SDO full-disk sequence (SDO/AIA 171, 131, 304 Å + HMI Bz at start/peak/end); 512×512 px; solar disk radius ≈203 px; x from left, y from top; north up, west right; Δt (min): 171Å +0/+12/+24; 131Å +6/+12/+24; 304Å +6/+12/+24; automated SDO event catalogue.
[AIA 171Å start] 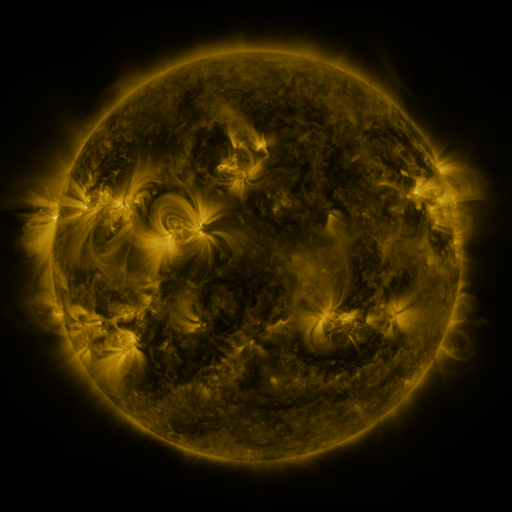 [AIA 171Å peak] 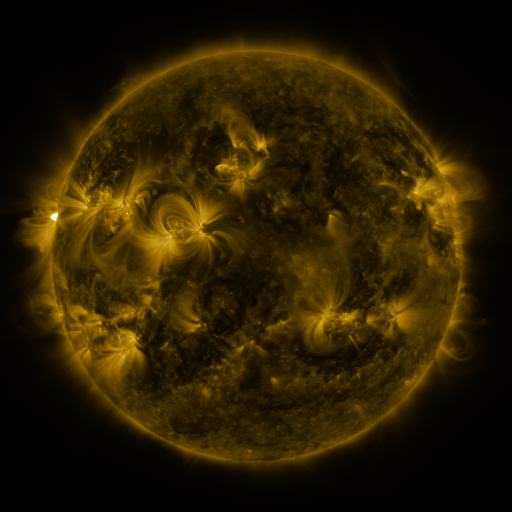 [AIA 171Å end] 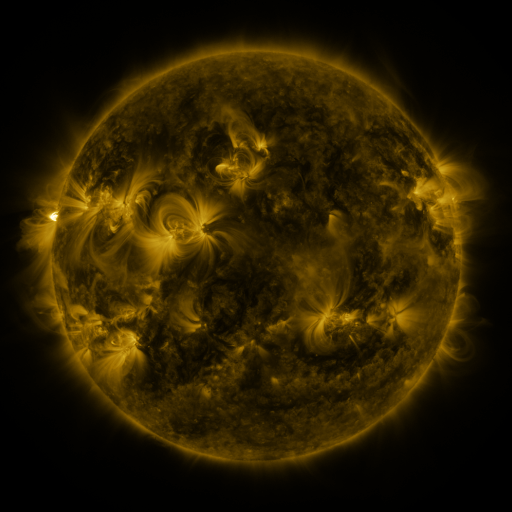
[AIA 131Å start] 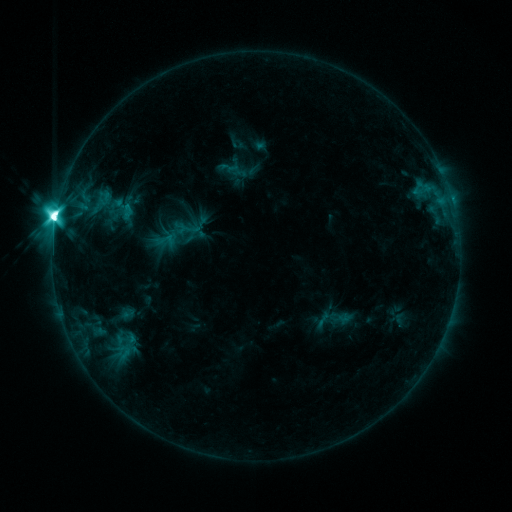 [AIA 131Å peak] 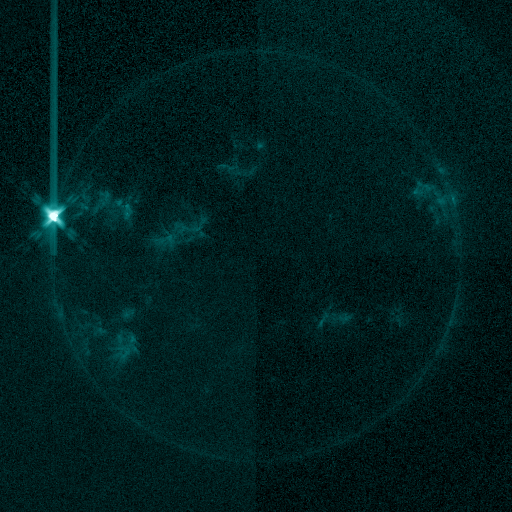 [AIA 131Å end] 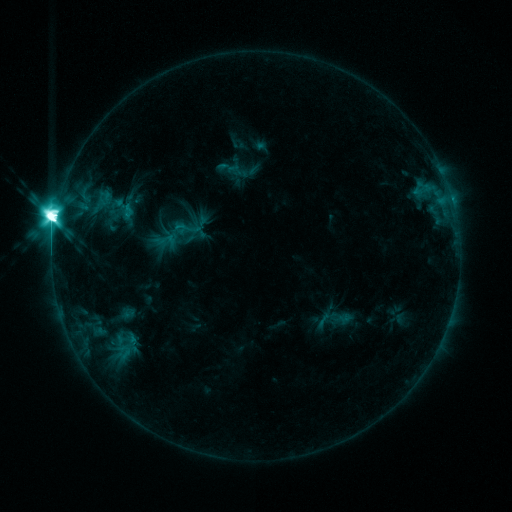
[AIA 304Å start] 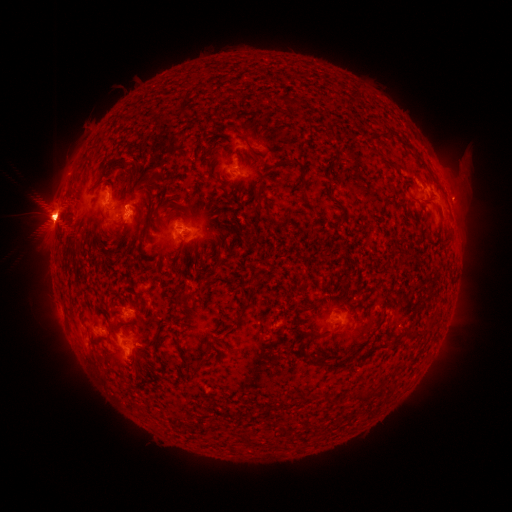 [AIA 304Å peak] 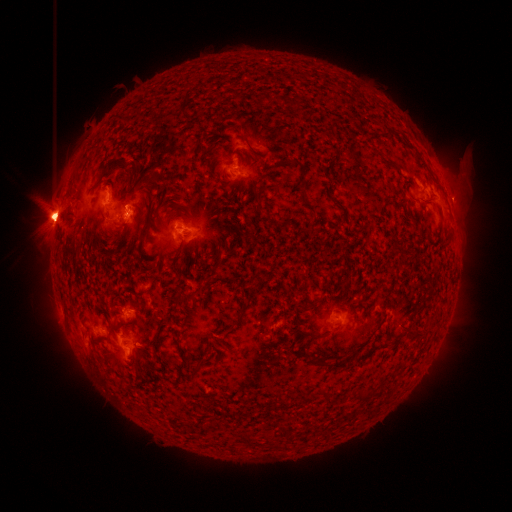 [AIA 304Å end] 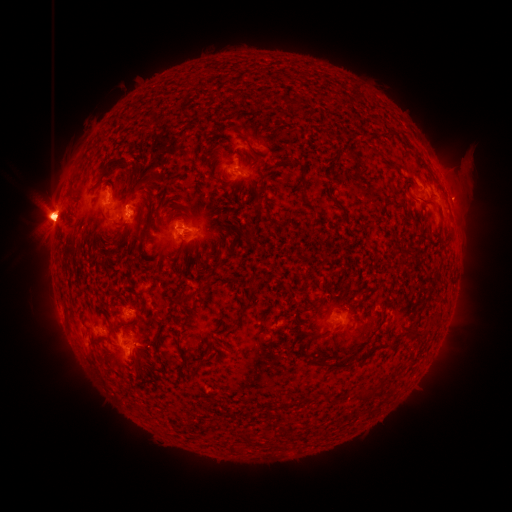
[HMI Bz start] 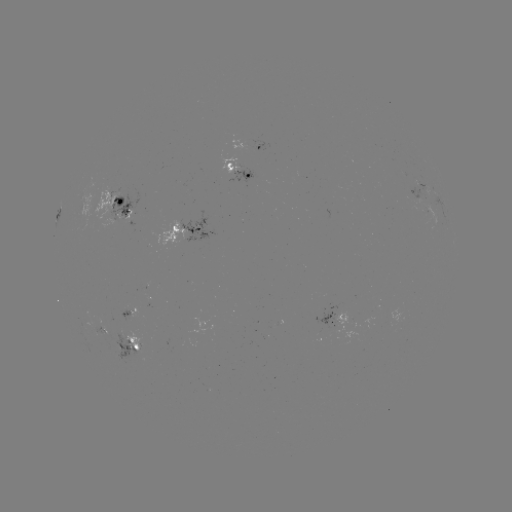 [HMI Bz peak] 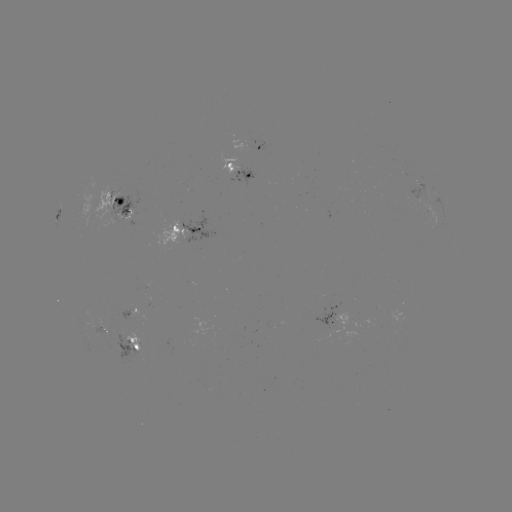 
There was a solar eruption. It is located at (455, 179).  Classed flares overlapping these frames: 1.